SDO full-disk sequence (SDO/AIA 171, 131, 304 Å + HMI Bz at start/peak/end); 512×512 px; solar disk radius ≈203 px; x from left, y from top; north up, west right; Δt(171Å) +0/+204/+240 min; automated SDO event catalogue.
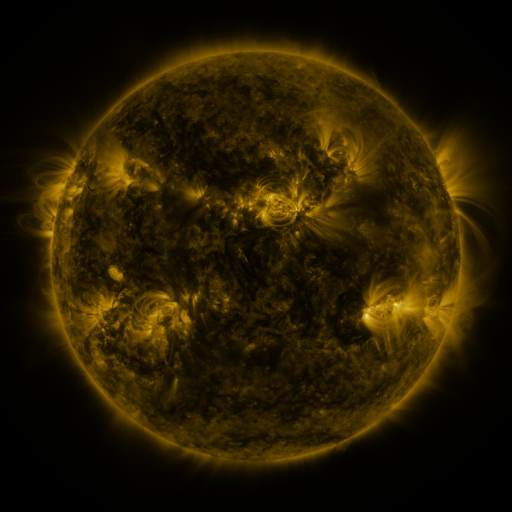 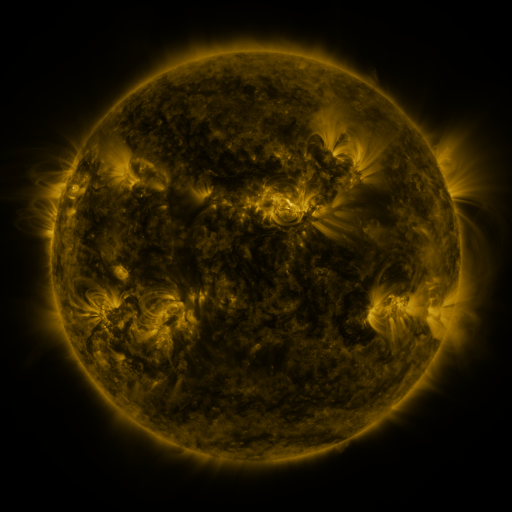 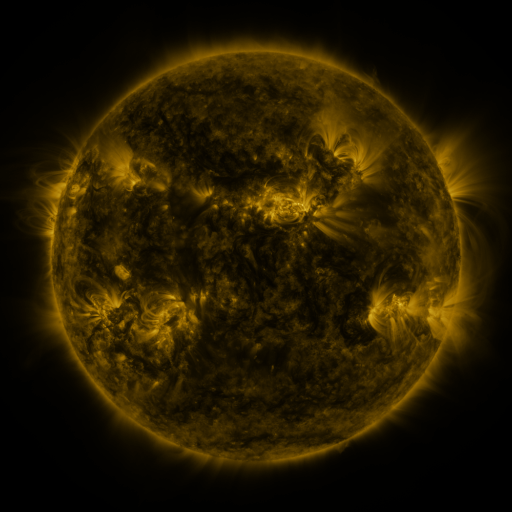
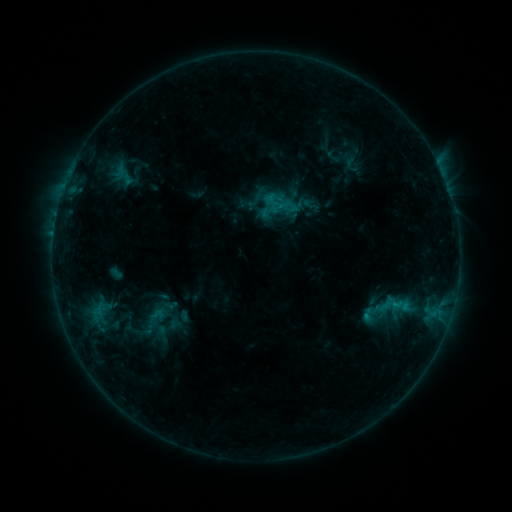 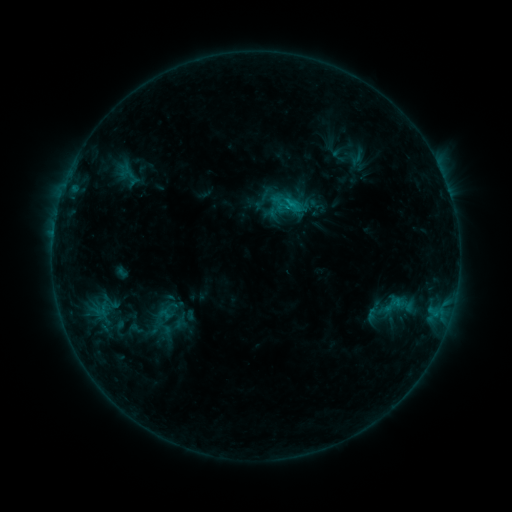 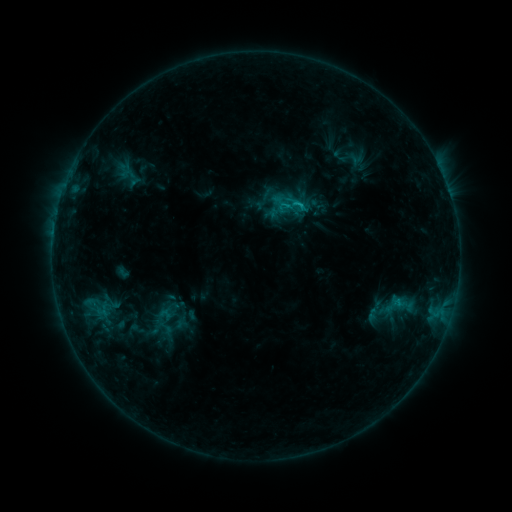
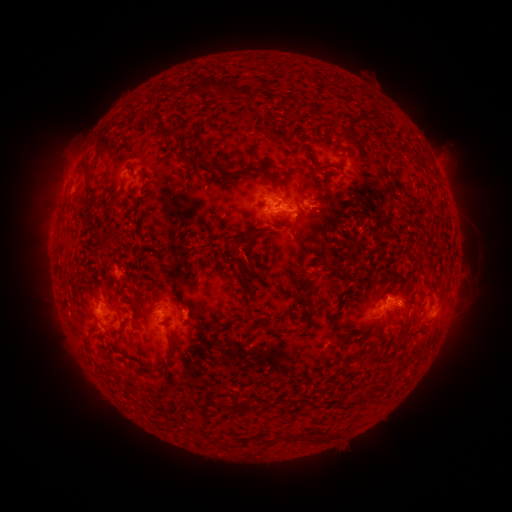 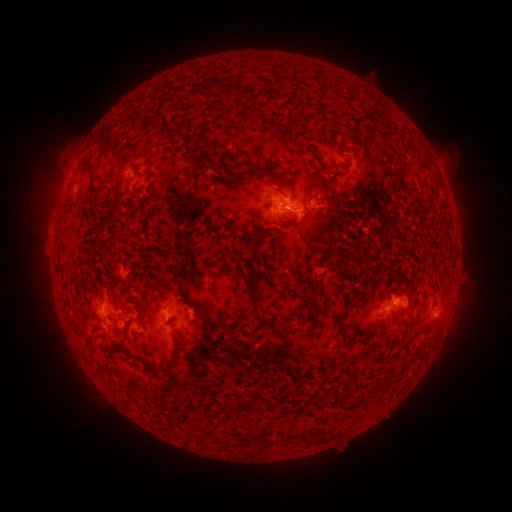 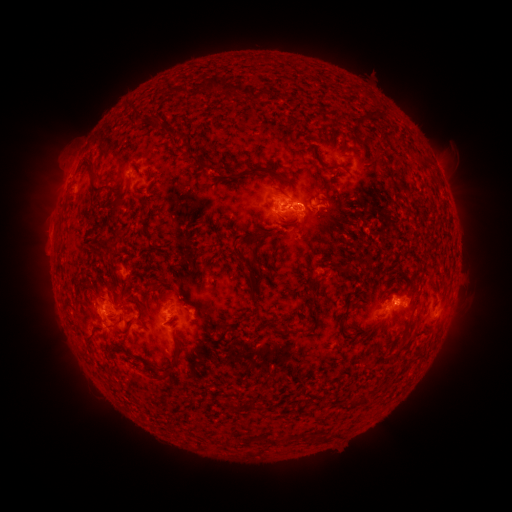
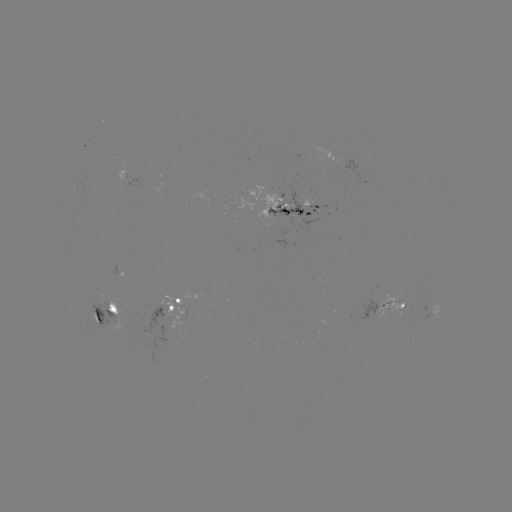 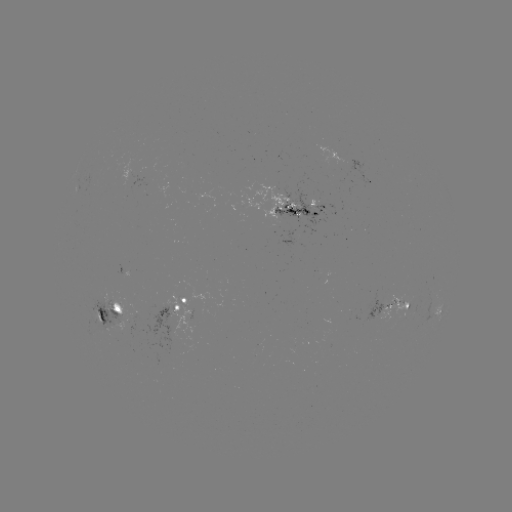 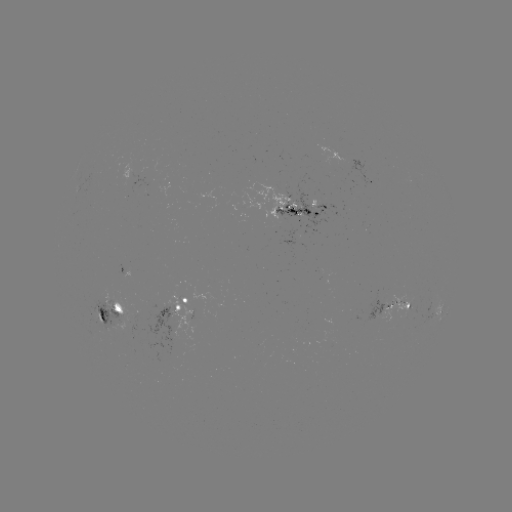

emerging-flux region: (273, 177, 338, 236)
